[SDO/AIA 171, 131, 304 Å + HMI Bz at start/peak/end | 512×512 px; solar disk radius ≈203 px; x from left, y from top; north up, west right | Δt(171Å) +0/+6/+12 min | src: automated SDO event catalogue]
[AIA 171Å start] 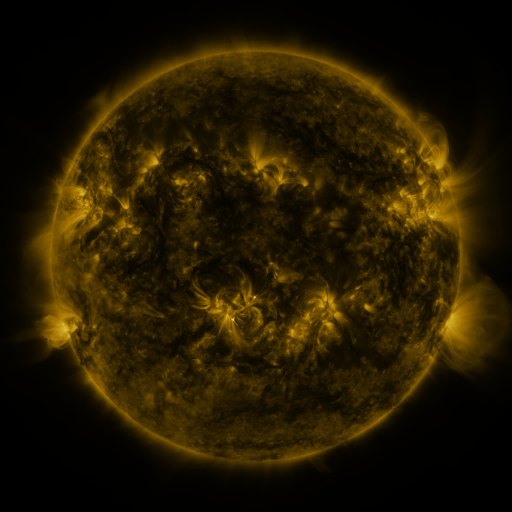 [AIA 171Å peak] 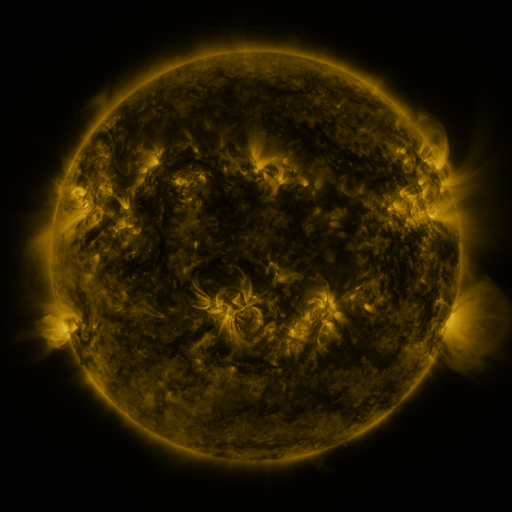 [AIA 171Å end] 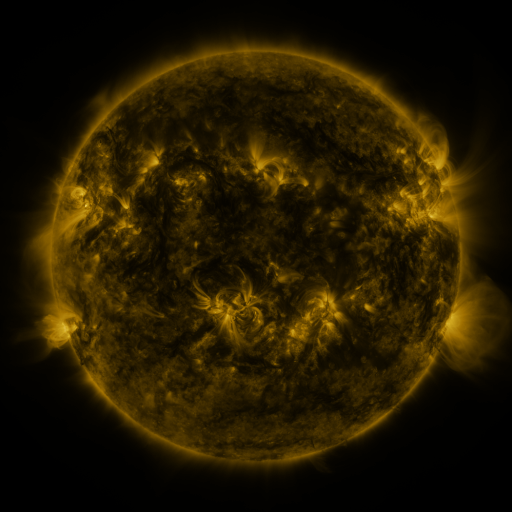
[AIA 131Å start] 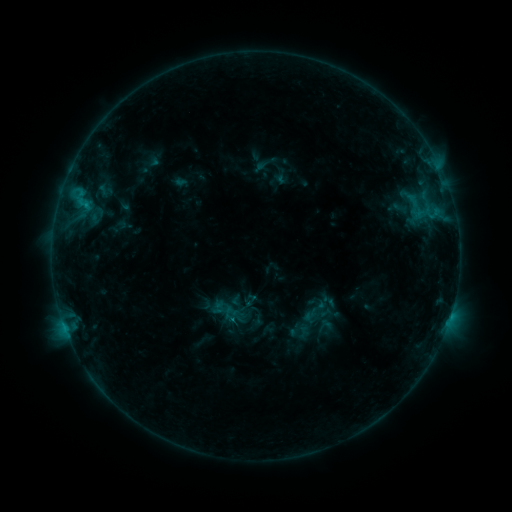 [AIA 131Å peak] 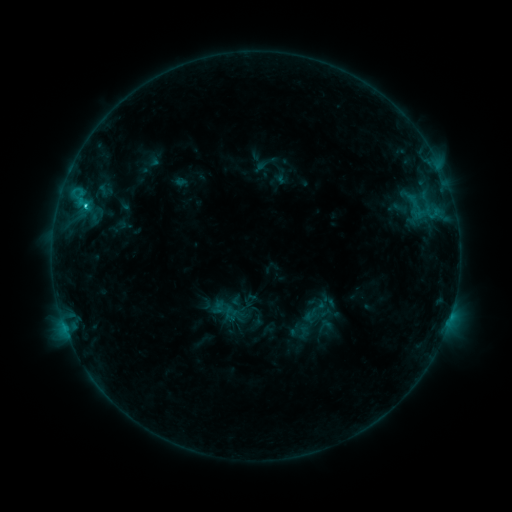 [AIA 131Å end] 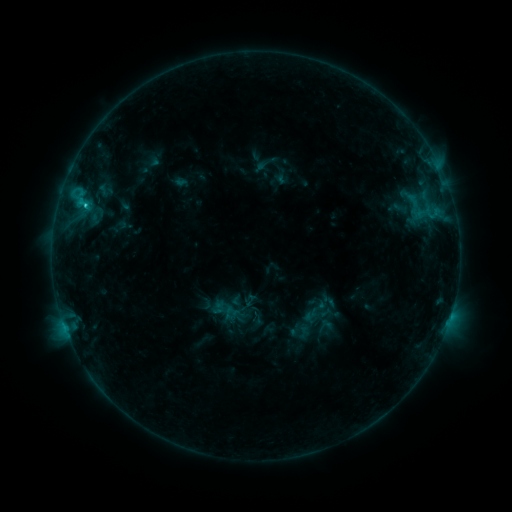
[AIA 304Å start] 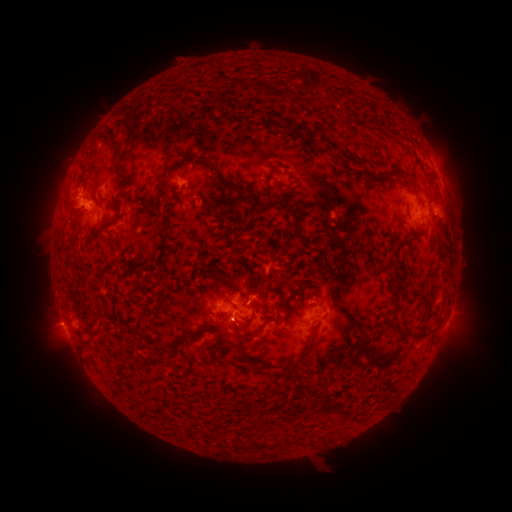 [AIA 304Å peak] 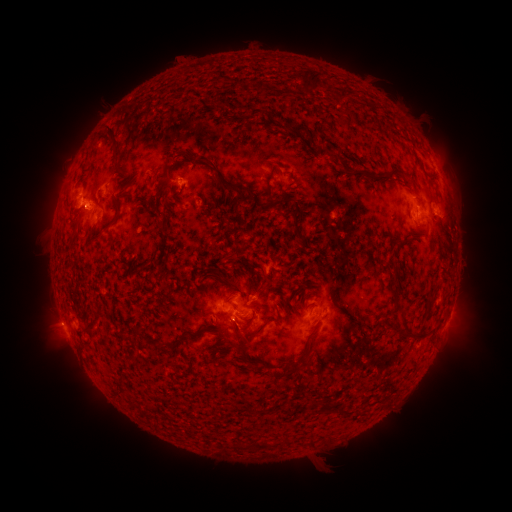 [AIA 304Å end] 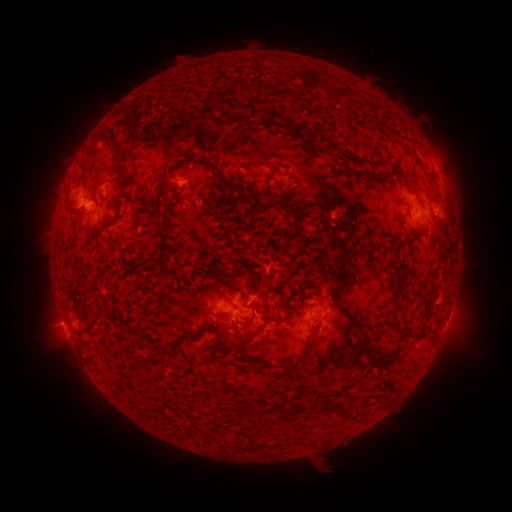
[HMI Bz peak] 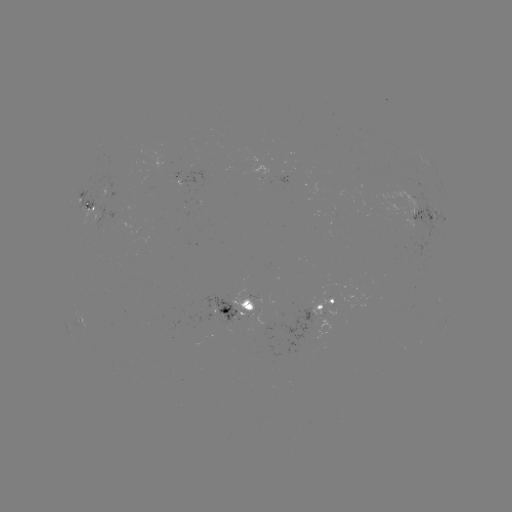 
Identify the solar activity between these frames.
C1.7 flare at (87, 206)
